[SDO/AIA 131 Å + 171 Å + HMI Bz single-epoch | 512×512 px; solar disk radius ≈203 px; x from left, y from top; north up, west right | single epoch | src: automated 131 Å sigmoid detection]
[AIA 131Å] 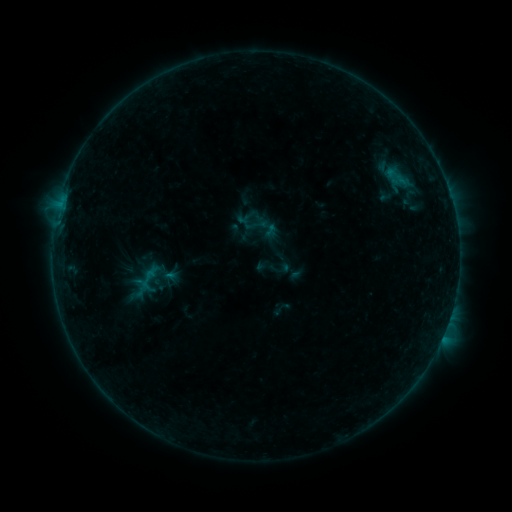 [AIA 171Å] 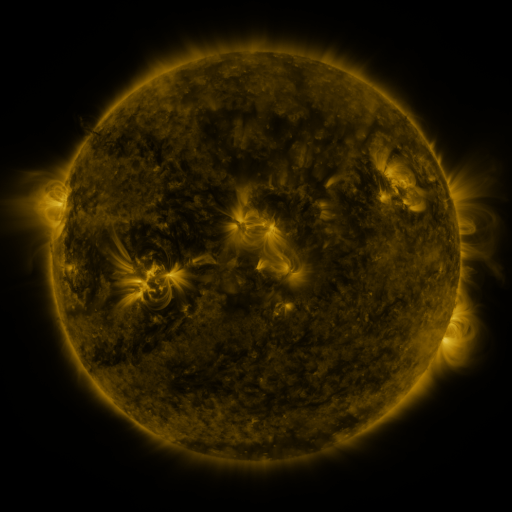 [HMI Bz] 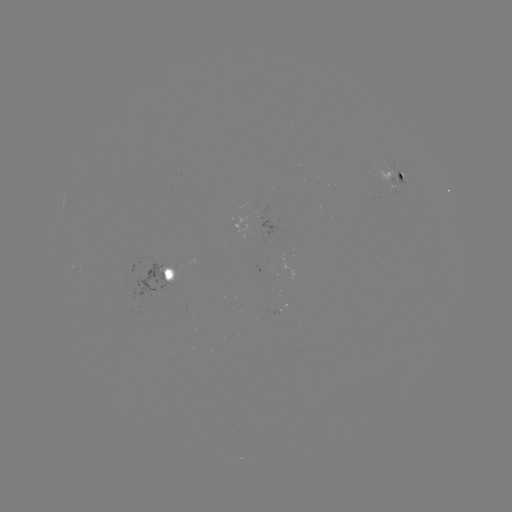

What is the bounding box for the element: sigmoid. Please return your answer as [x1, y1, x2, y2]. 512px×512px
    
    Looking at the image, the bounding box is [234, 203, 280, 248].